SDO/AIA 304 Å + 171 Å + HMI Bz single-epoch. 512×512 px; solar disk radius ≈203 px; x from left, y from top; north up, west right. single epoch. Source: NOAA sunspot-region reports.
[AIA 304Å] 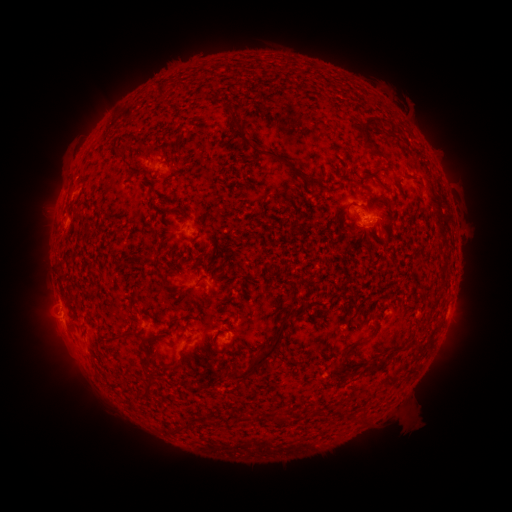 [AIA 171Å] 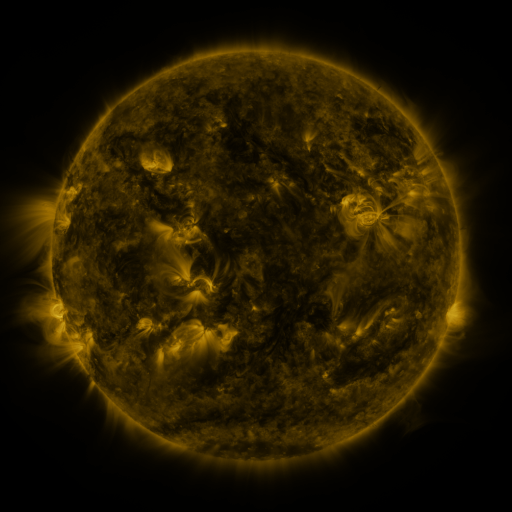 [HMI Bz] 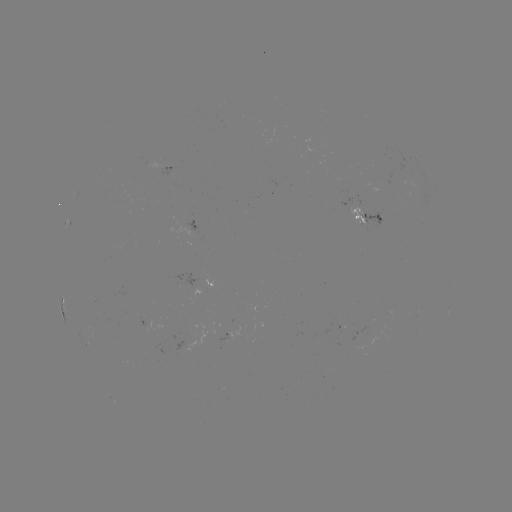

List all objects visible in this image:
spotted active region: (166, 166)
spotted active region: (369, 218)
spotted active region: (66, 224)
spotted active region: (63, 304)
